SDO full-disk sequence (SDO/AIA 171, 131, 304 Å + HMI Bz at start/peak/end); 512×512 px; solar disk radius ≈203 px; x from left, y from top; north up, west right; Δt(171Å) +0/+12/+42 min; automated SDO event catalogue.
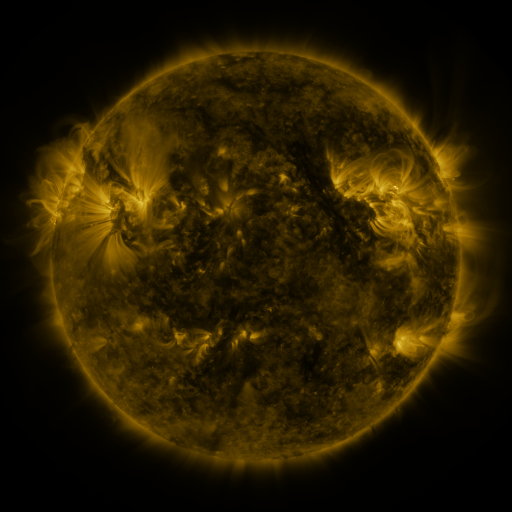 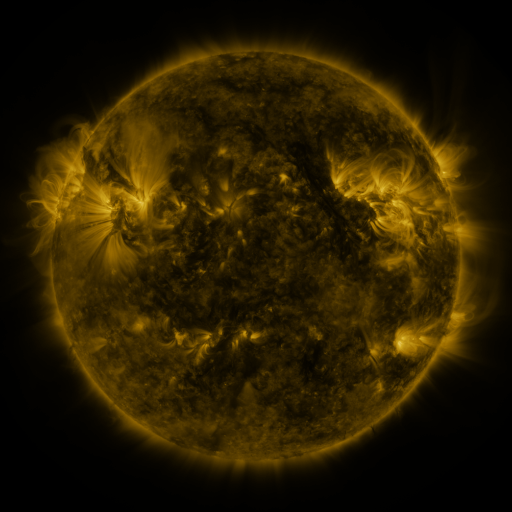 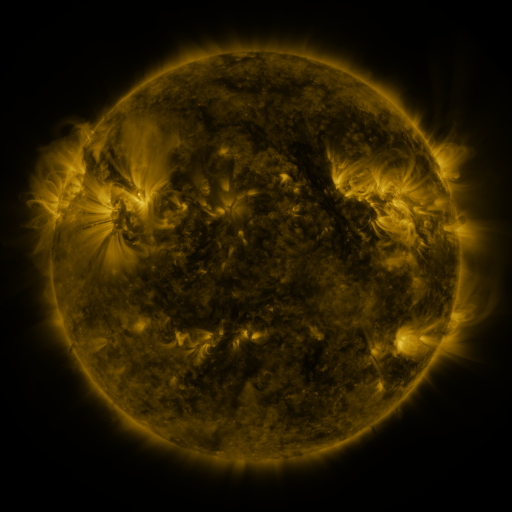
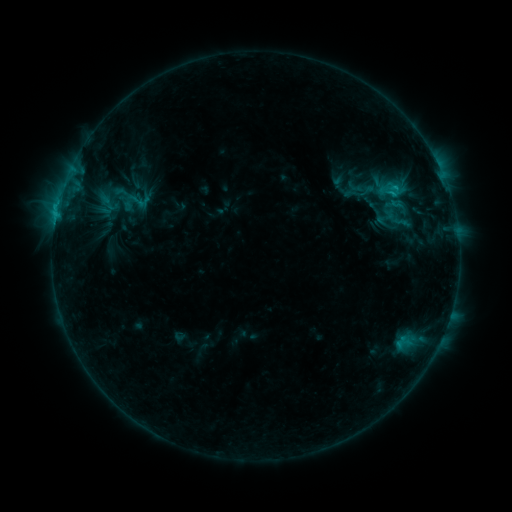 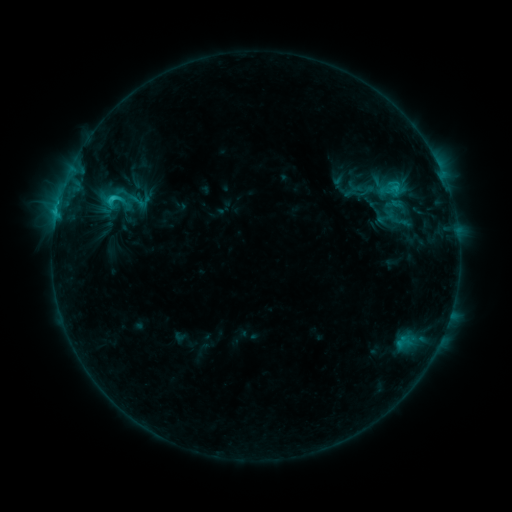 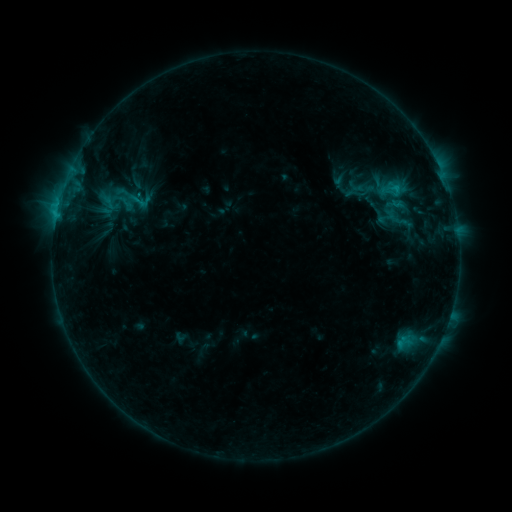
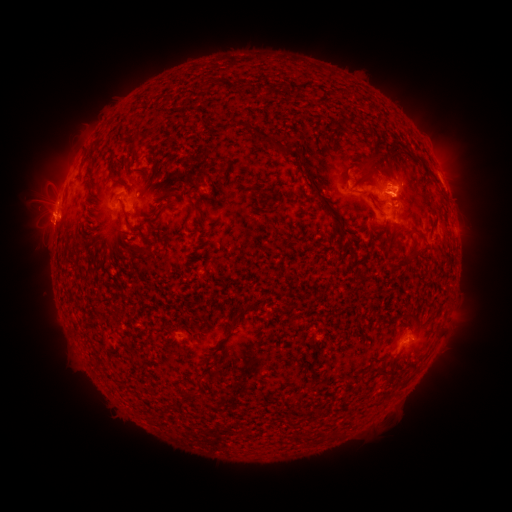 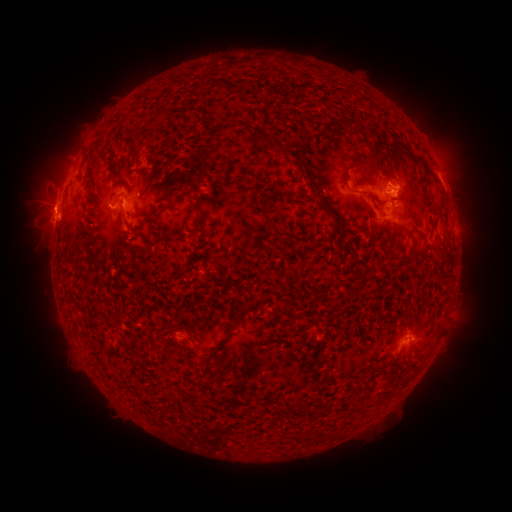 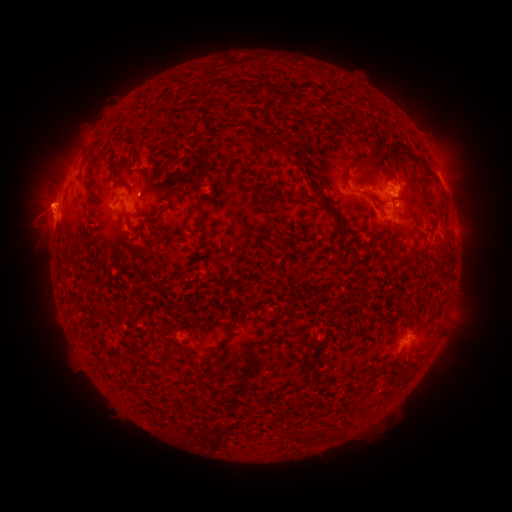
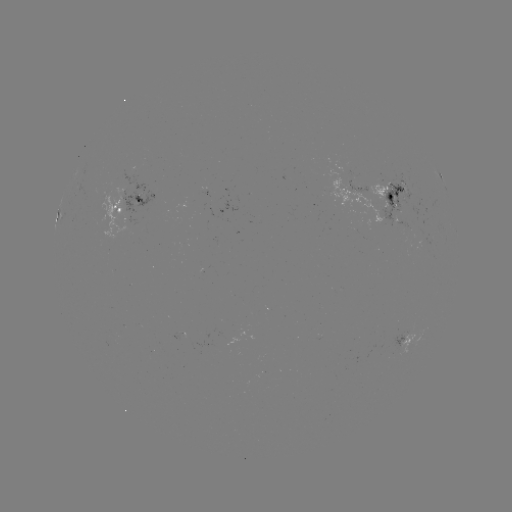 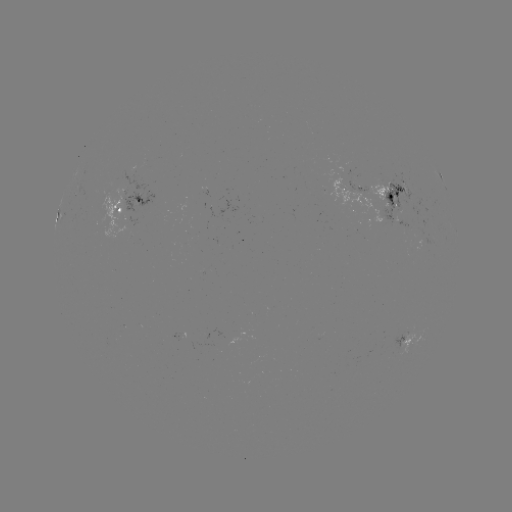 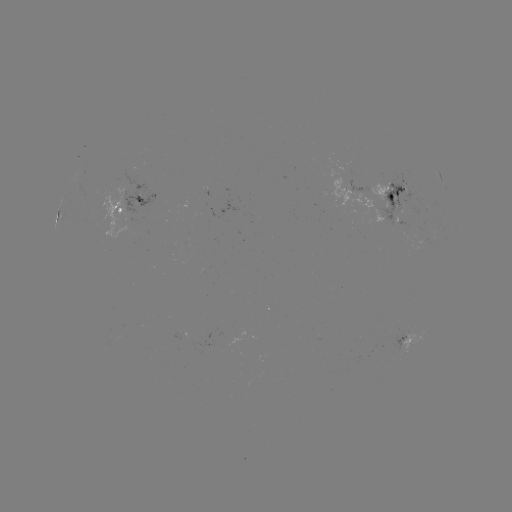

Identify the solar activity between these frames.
C2.3 flare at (114, 199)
